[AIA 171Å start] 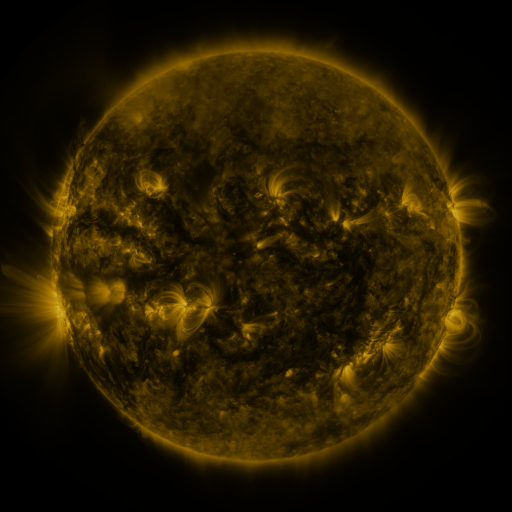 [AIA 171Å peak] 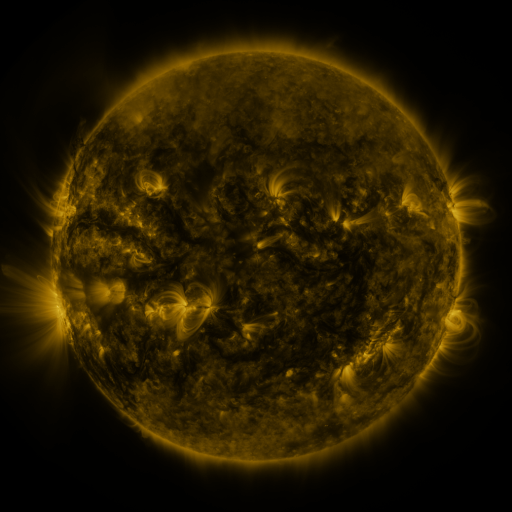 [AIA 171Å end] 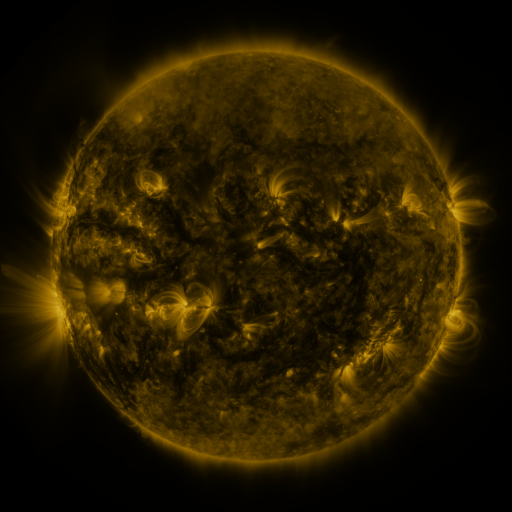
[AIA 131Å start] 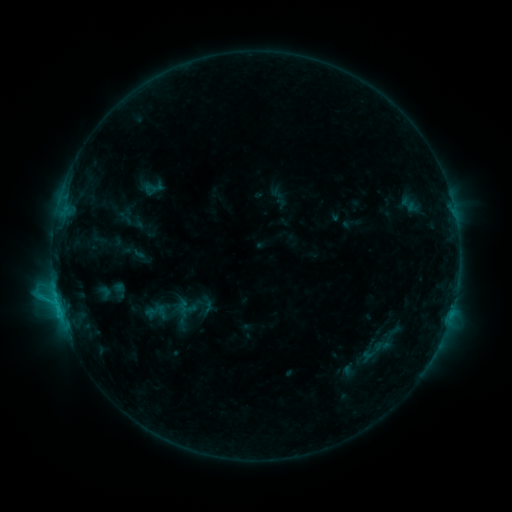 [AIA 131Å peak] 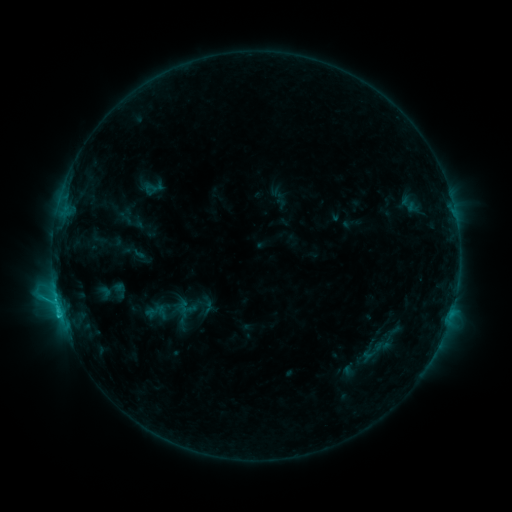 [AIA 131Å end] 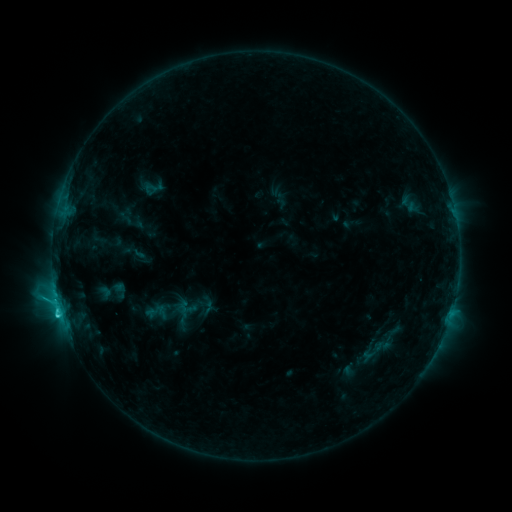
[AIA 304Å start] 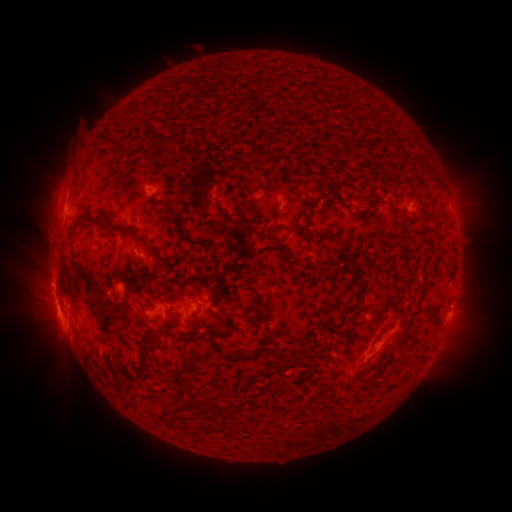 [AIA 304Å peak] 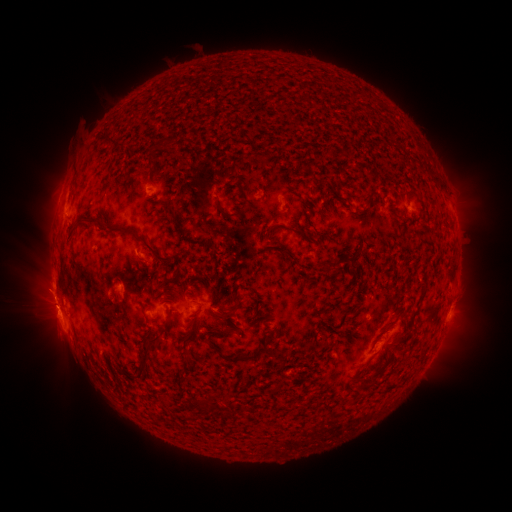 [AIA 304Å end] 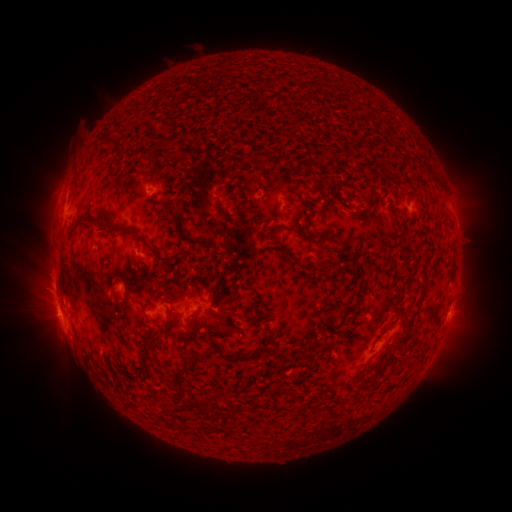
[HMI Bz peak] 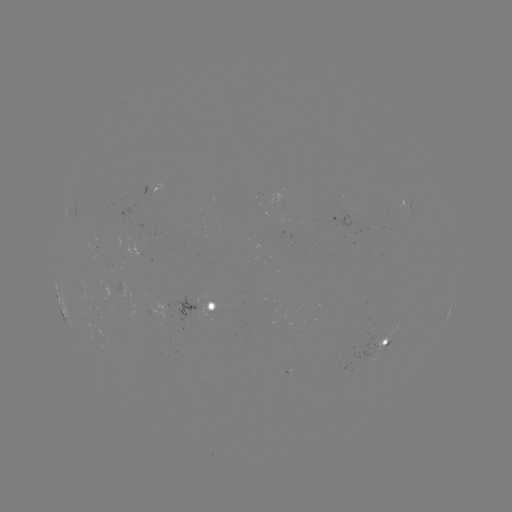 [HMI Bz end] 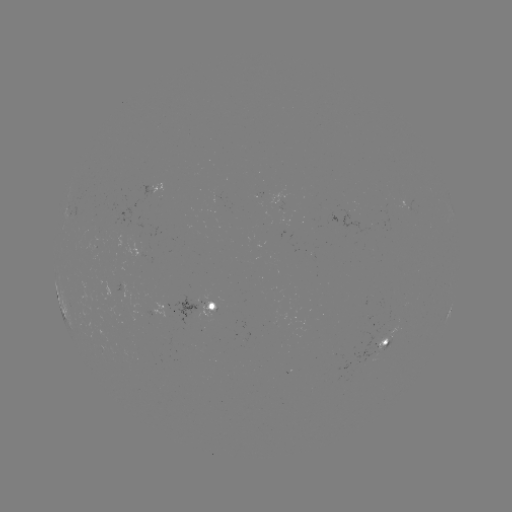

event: flare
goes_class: C2.9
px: (60, 312)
